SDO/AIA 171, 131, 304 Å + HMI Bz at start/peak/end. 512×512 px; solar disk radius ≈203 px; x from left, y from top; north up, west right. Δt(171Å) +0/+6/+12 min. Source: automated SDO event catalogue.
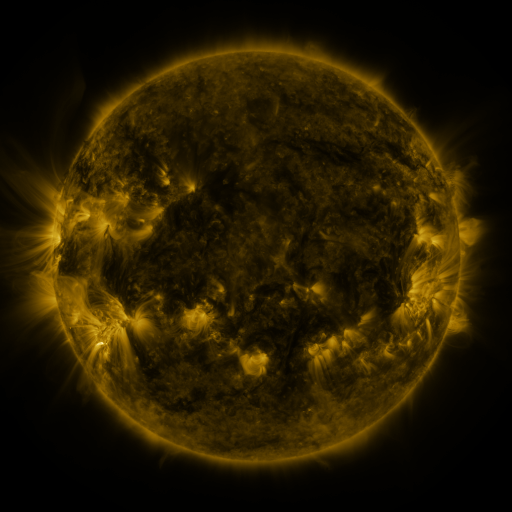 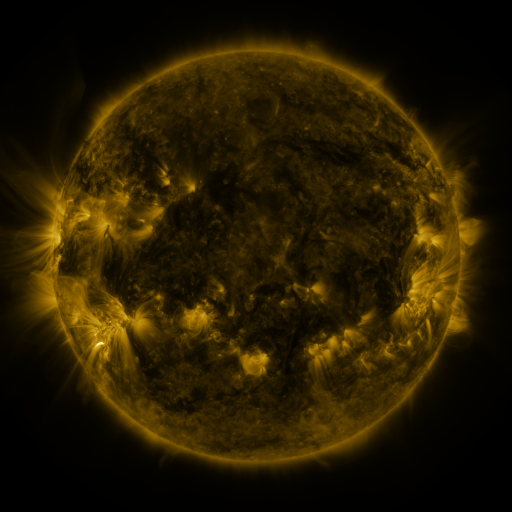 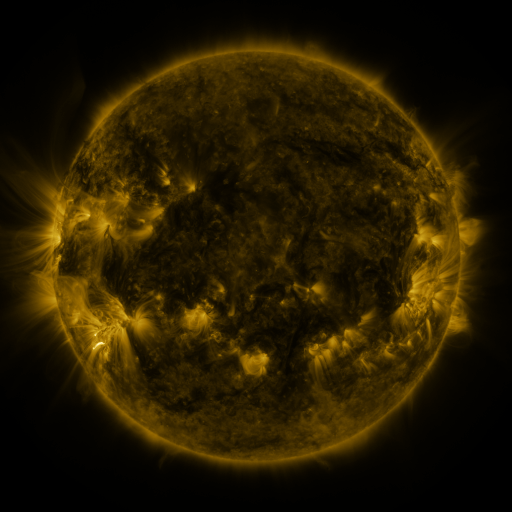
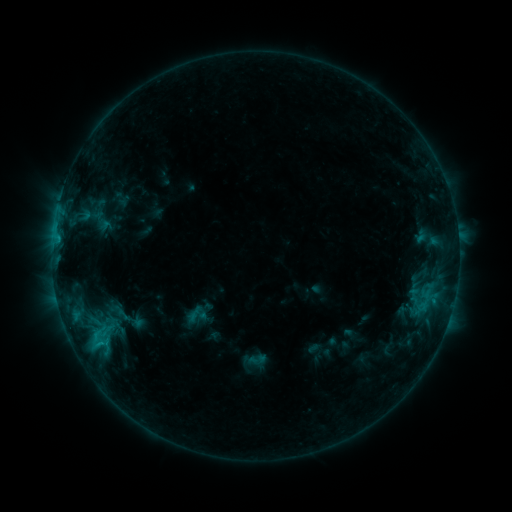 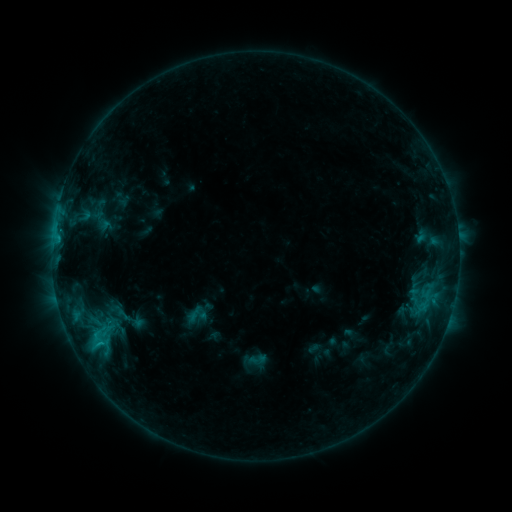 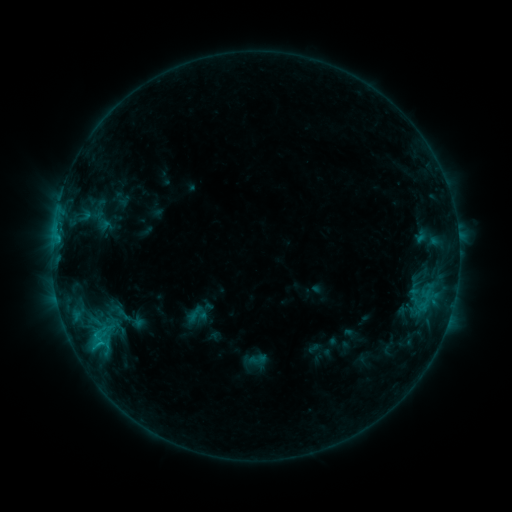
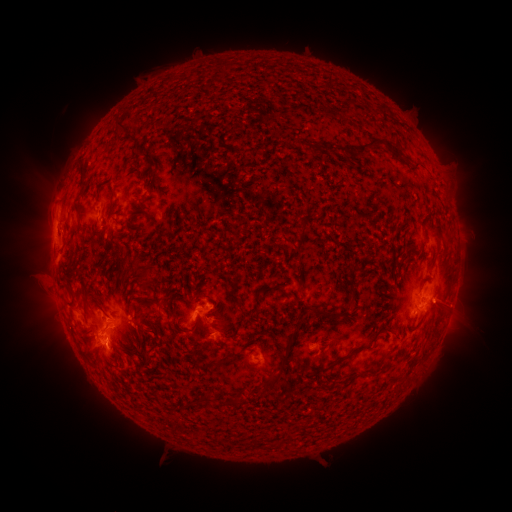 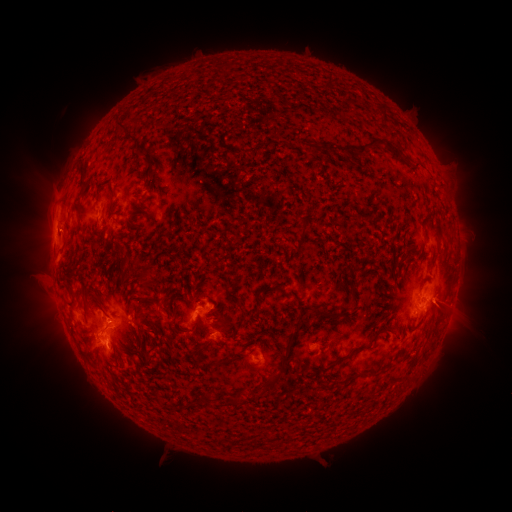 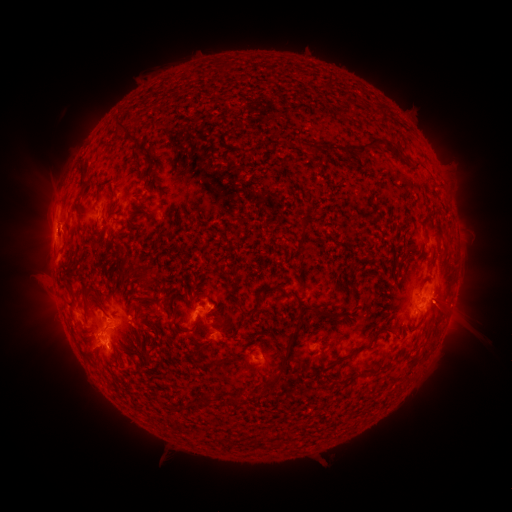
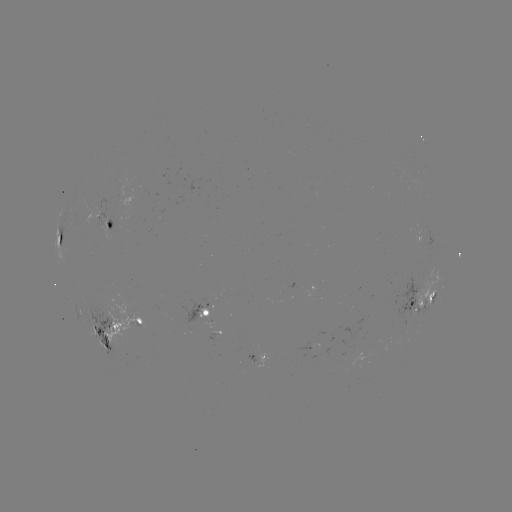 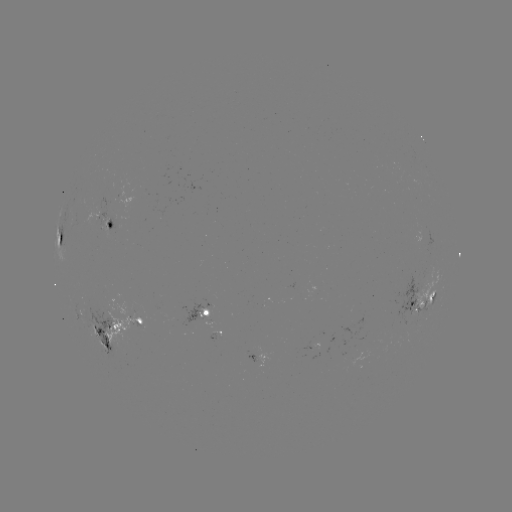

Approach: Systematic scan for eruption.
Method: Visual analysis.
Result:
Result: eruption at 59,218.